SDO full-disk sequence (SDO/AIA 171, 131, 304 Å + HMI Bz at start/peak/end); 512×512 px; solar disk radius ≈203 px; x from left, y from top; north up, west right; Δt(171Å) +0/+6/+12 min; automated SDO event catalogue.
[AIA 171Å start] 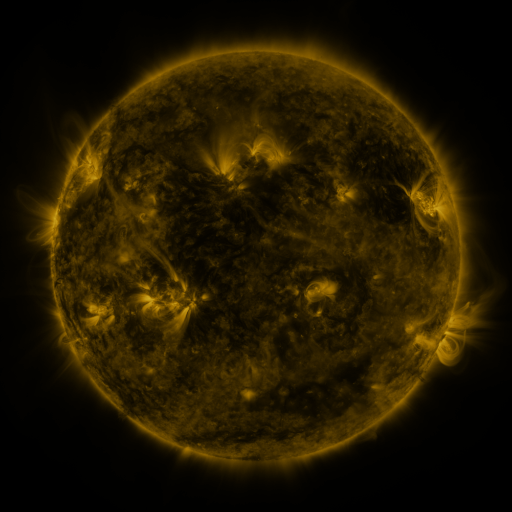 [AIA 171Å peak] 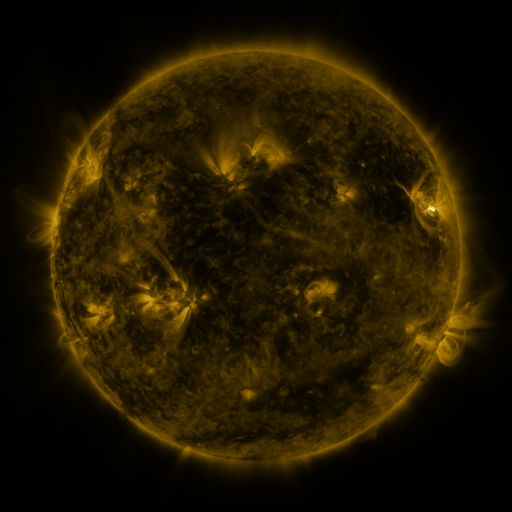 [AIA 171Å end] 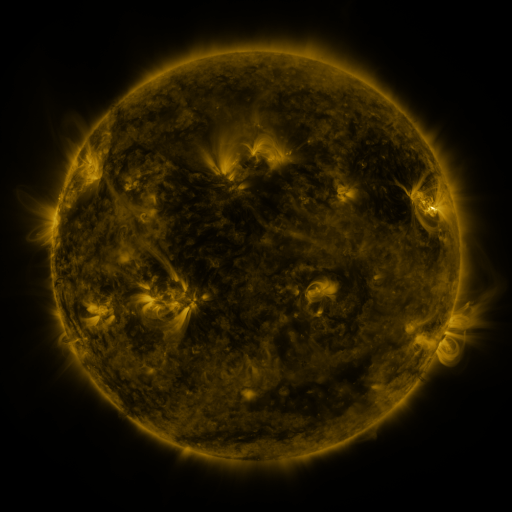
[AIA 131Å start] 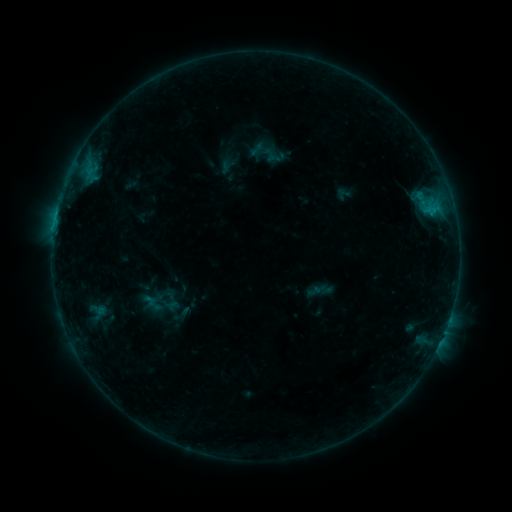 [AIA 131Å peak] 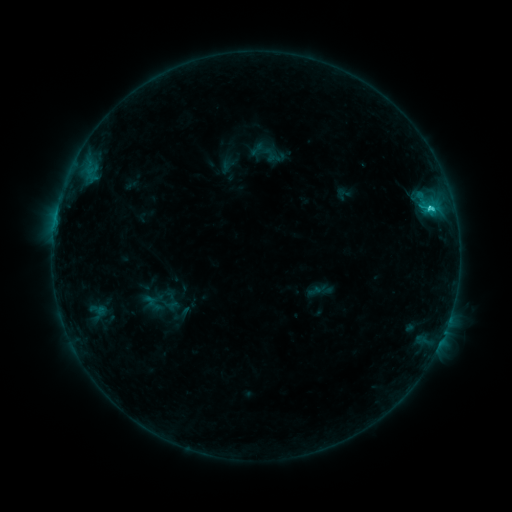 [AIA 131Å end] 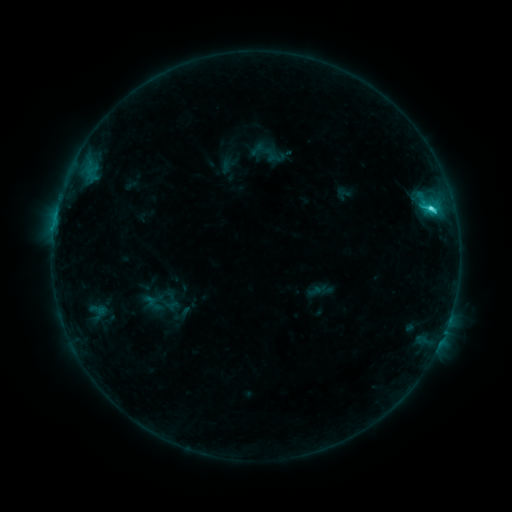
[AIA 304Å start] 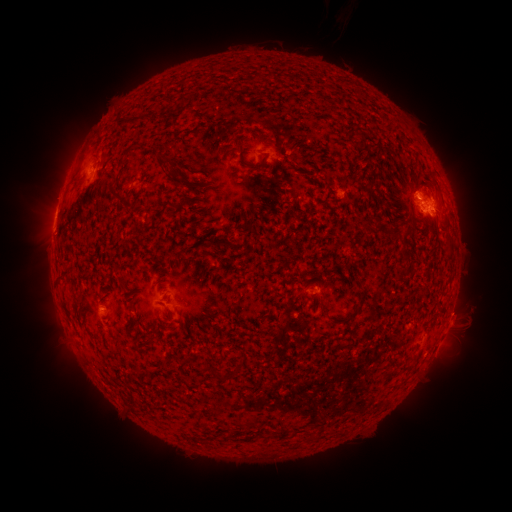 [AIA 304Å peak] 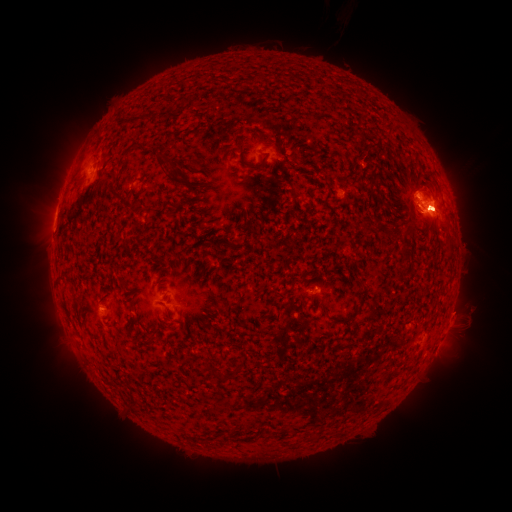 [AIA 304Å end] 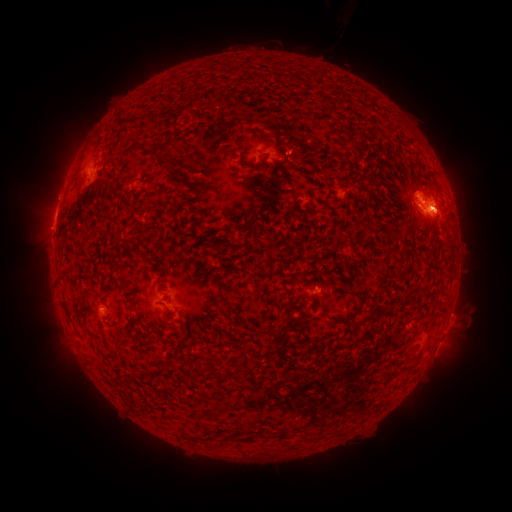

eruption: (385, 152, 479, 267)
